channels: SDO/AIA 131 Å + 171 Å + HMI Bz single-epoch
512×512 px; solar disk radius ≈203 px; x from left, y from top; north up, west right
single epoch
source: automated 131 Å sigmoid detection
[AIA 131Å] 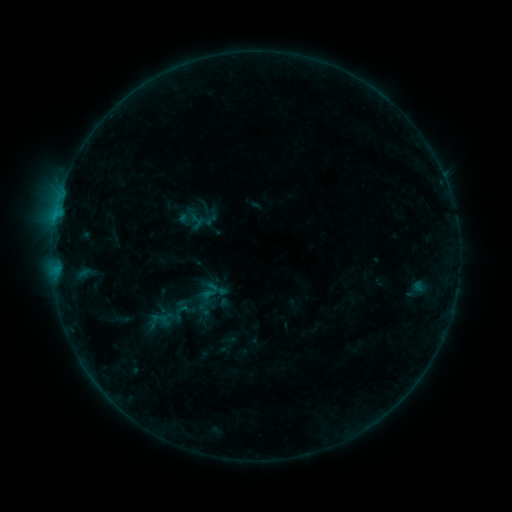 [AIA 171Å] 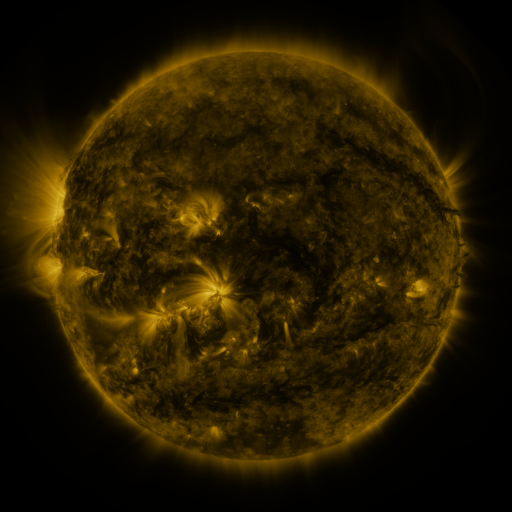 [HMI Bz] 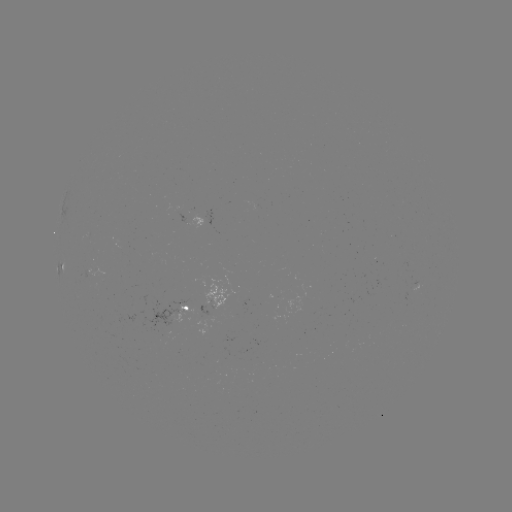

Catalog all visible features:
sigmoid: [199, 281, 221, 301]
sigmoid: [154, 310, 181, 330]
